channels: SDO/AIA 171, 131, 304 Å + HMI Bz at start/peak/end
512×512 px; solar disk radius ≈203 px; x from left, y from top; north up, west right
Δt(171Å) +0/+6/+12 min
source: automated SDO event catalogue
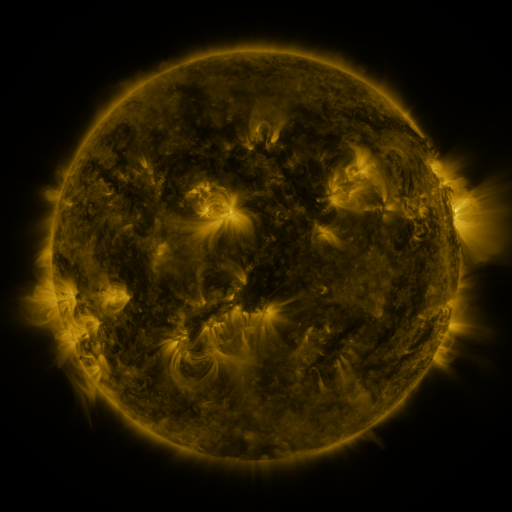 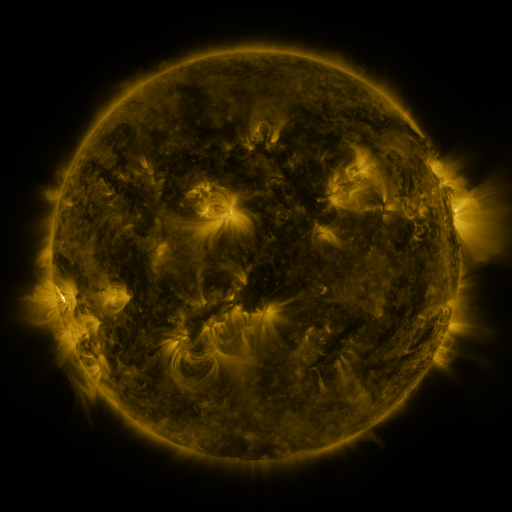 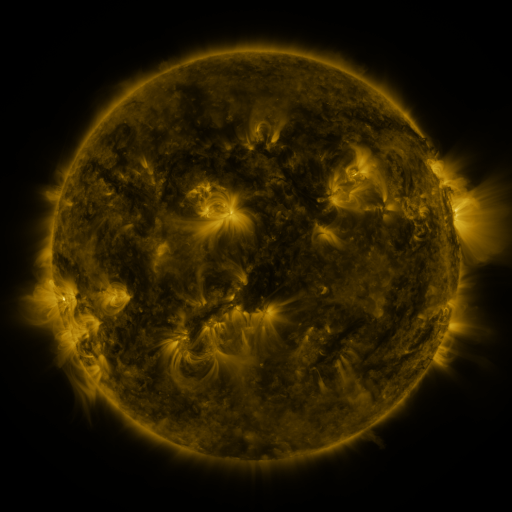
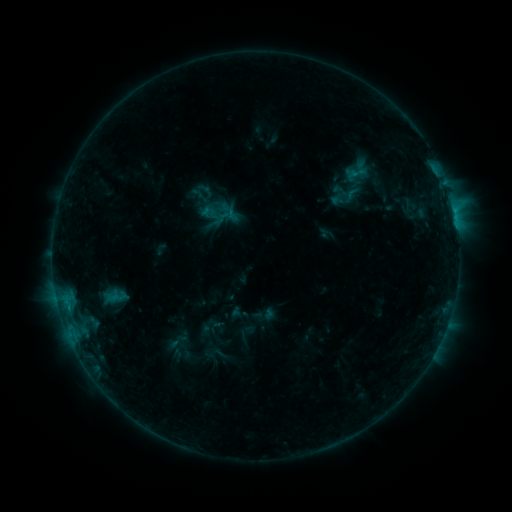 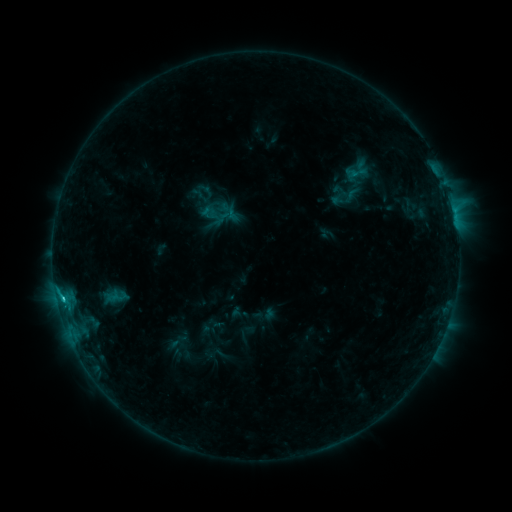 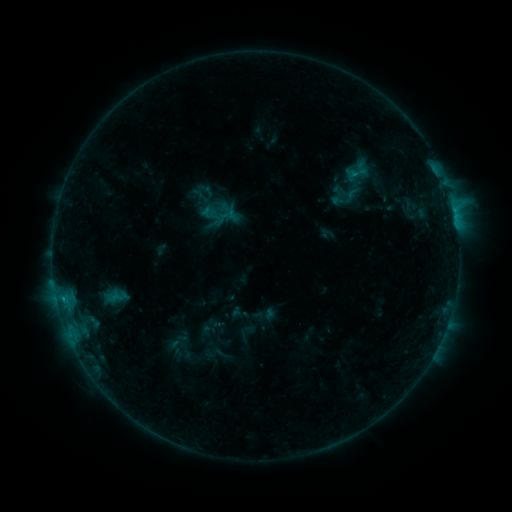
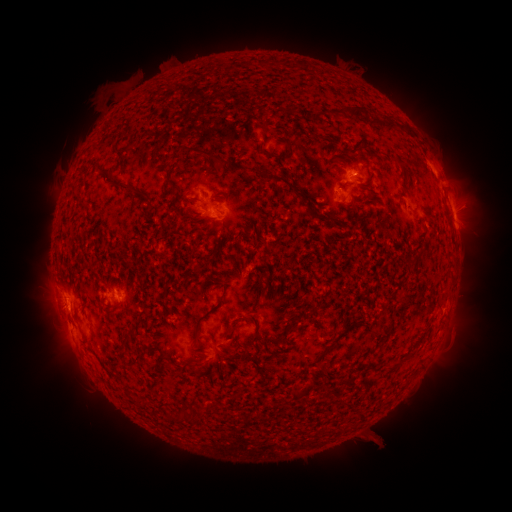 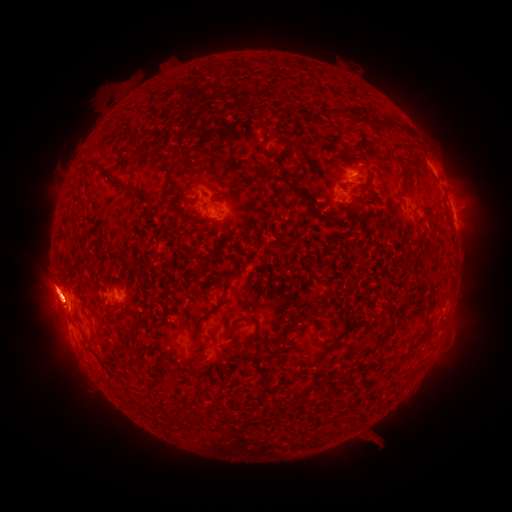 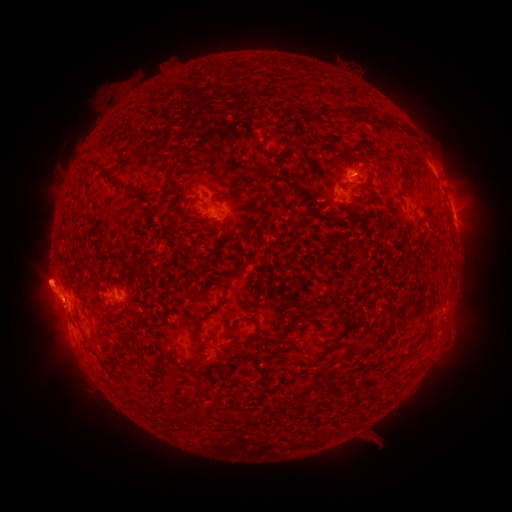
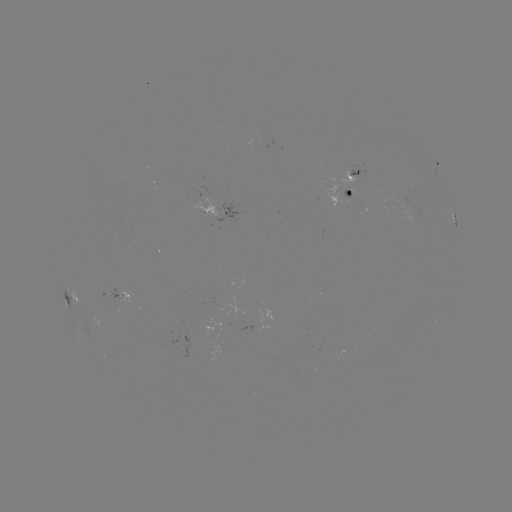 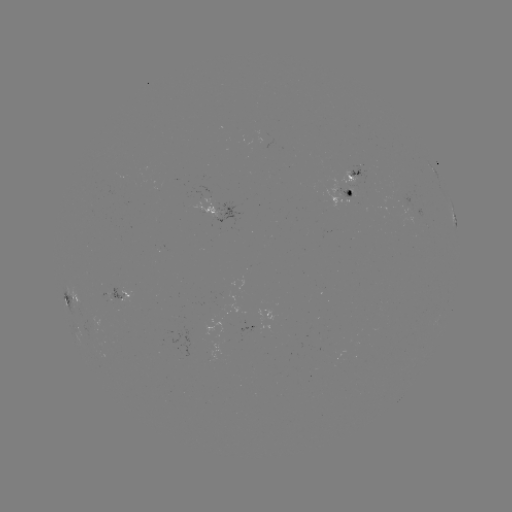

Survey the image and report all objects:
B8.2 flare: (62, 297)
